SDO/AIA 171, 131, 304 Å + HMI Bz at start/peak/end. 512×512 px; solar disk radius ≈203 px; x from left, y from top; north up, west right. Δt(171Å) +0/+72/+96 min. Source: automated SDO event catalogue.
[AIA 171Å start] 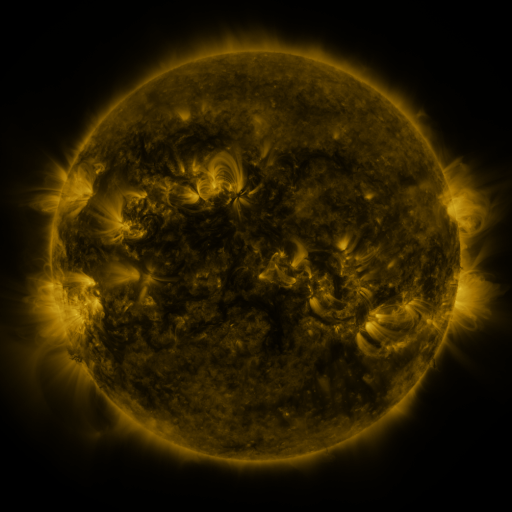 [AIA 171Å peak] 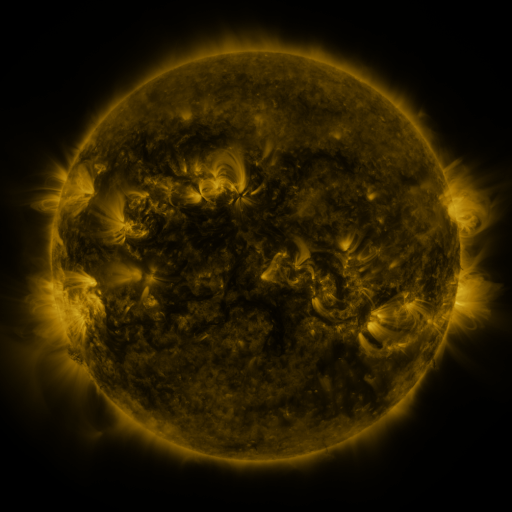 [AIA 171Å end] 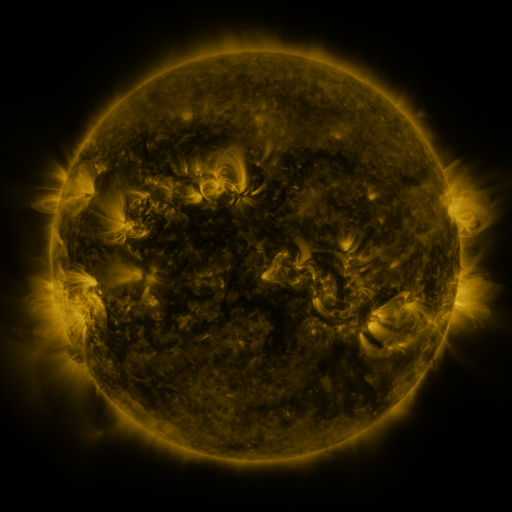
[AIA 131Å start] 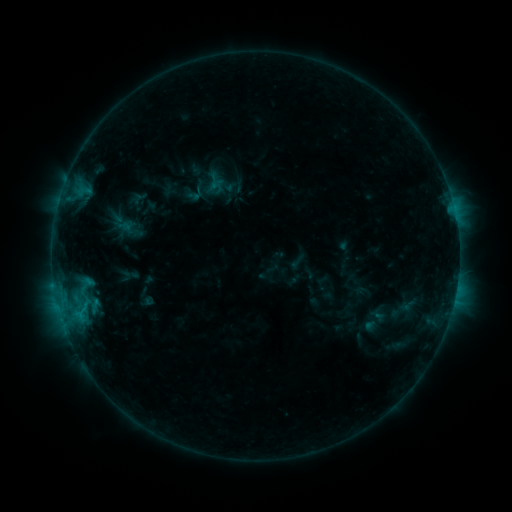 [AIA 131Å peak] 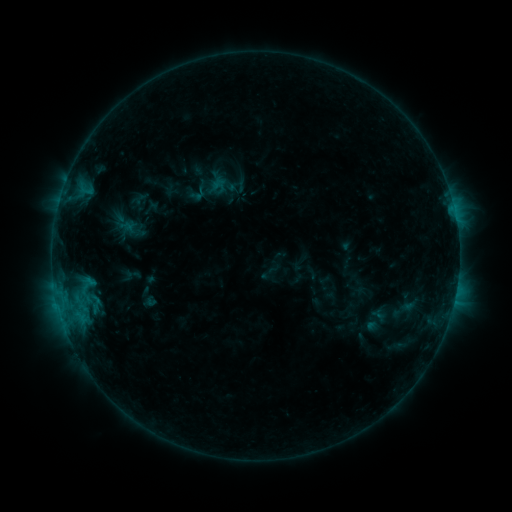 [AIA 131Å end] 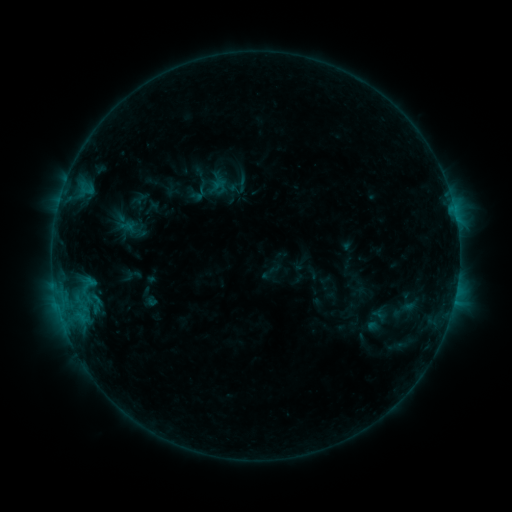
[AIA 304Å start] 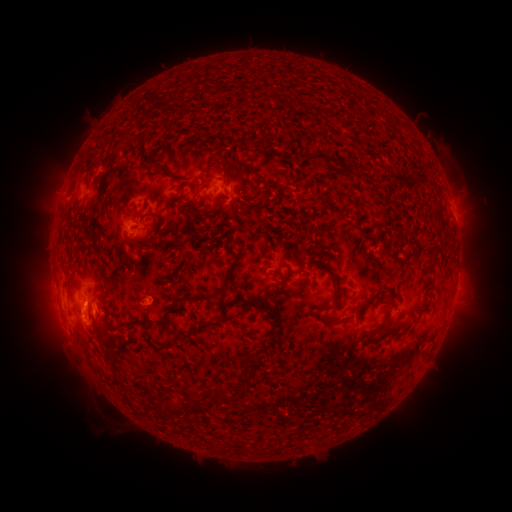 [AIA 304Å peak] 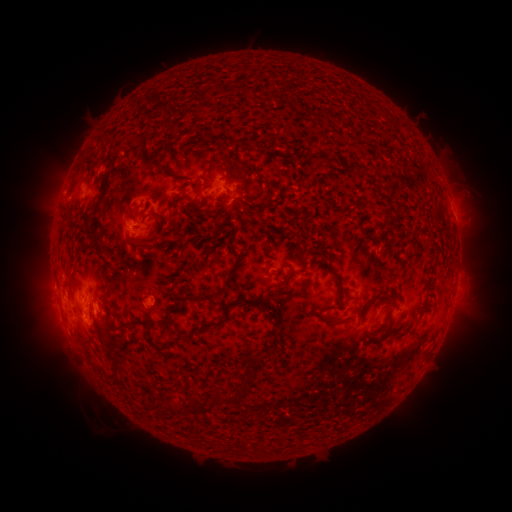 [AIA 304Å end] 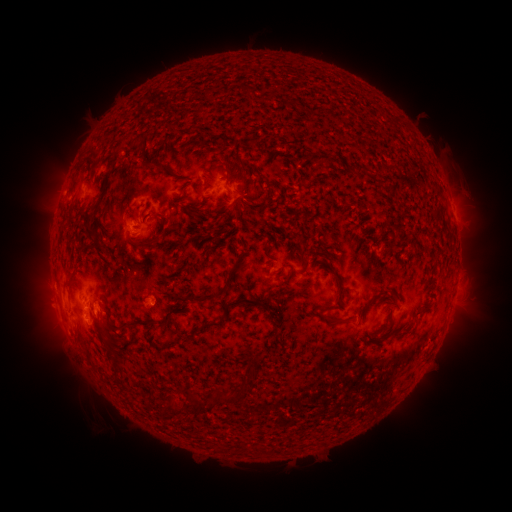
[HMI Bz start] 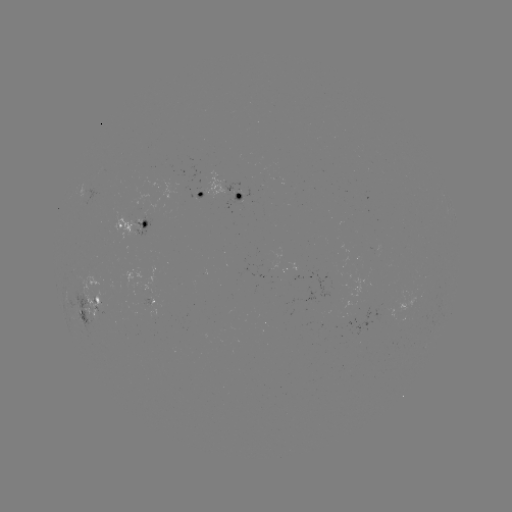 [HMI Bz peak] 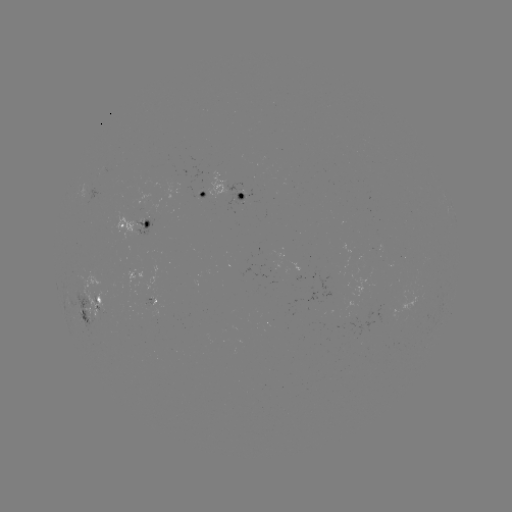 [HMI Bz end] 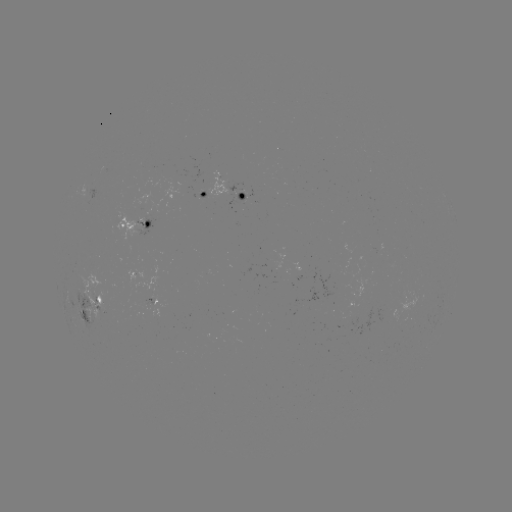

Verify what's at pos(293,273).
emerging-flux region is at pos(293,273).